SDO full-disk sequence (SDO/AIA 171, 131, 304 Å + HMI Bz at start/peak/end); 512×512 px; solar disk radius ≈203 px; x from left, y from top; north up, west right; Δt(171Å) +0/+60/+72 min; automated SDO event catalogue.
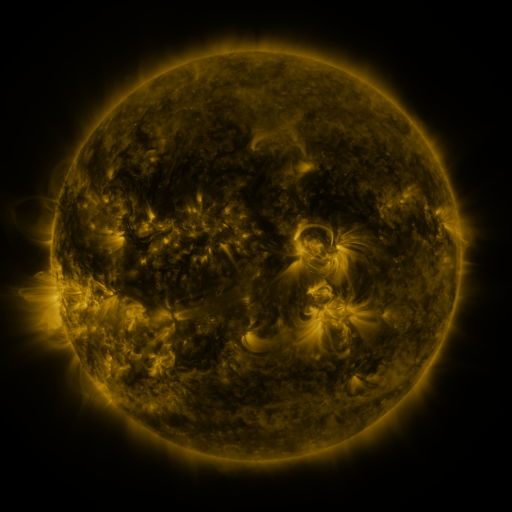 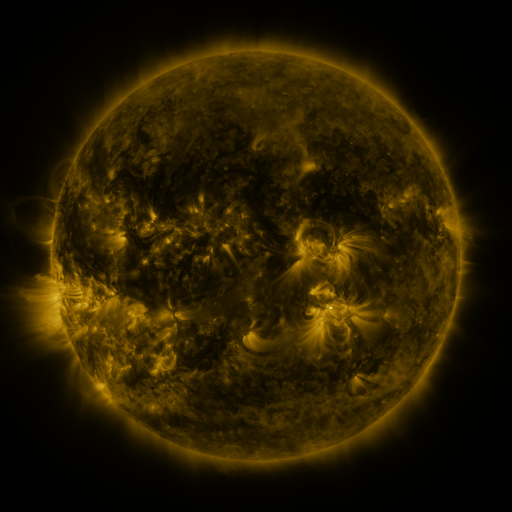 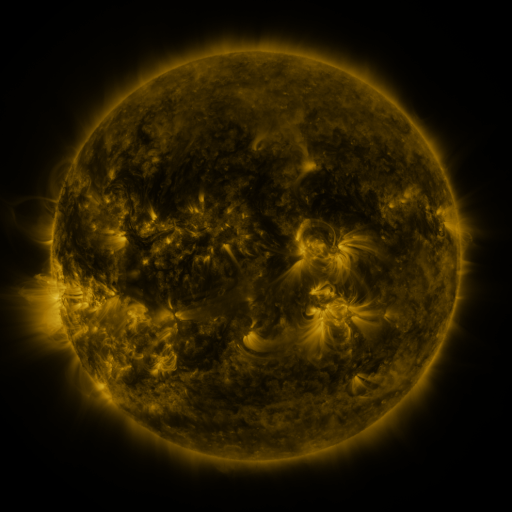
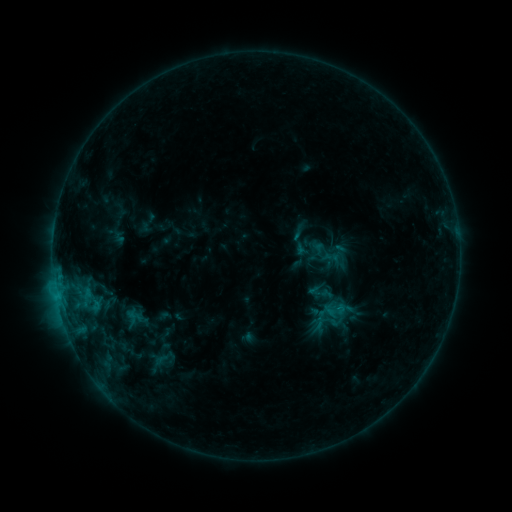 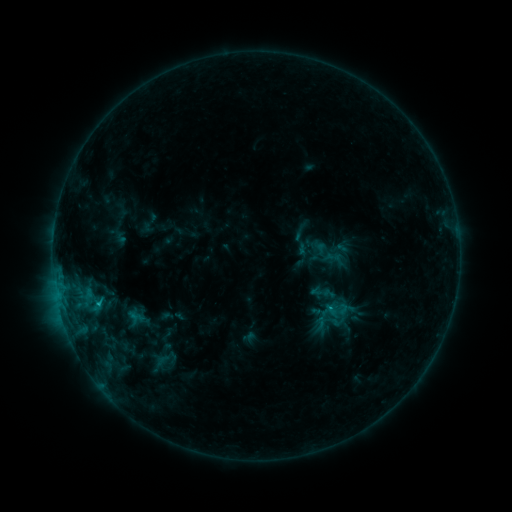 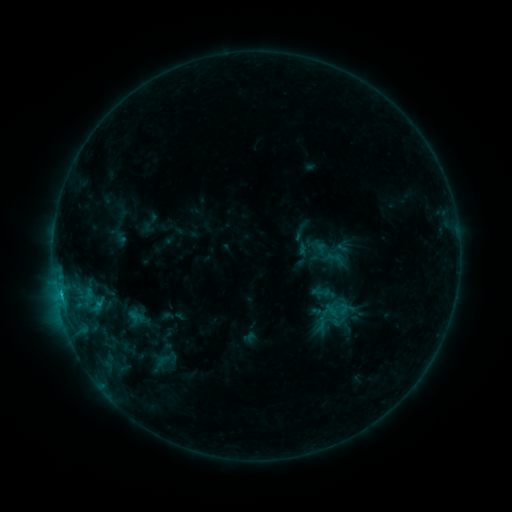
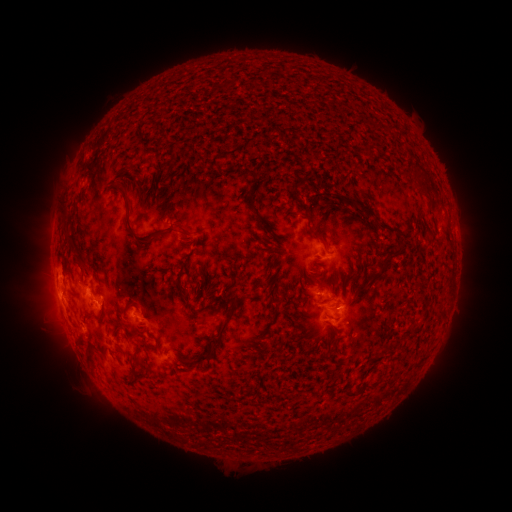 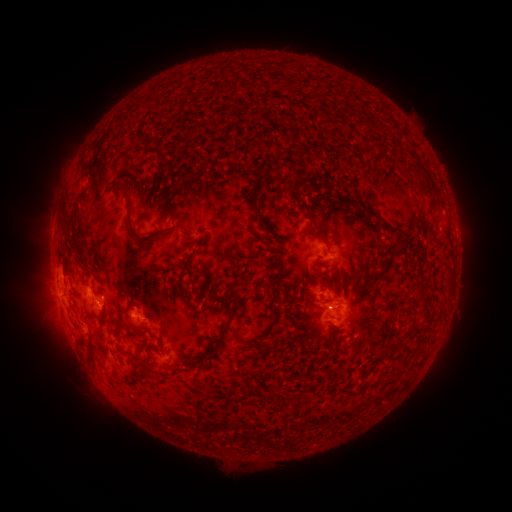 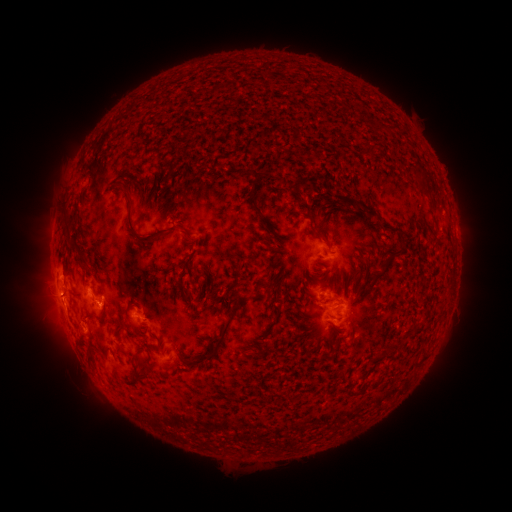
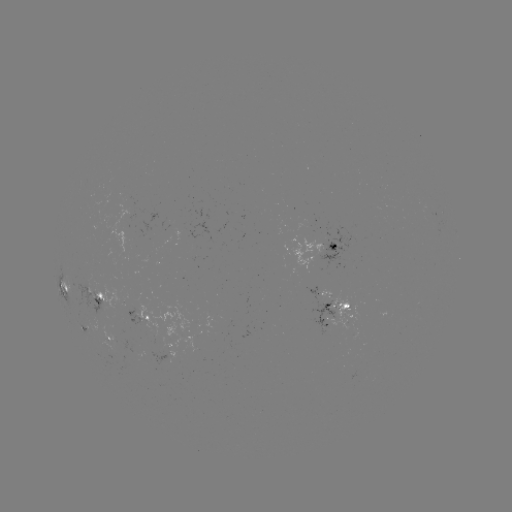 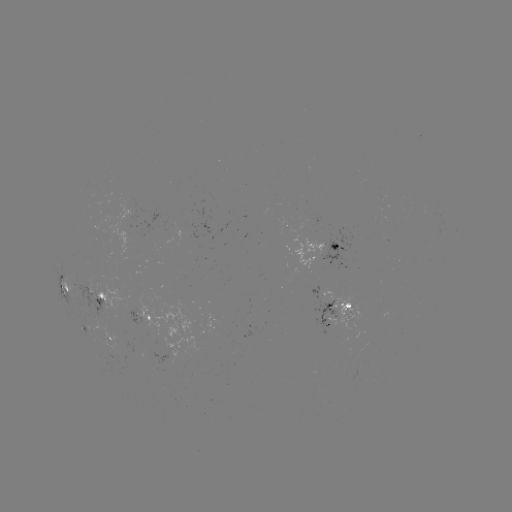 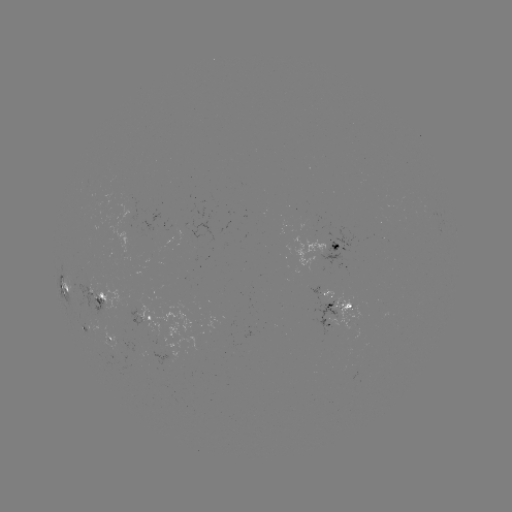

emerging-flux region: <bbox>312, 299, 337, 333</bbox>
